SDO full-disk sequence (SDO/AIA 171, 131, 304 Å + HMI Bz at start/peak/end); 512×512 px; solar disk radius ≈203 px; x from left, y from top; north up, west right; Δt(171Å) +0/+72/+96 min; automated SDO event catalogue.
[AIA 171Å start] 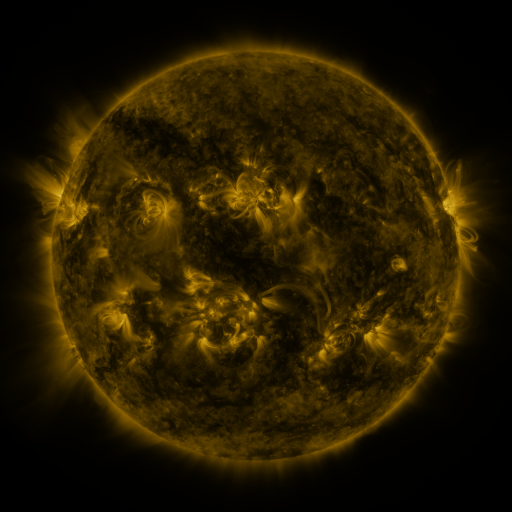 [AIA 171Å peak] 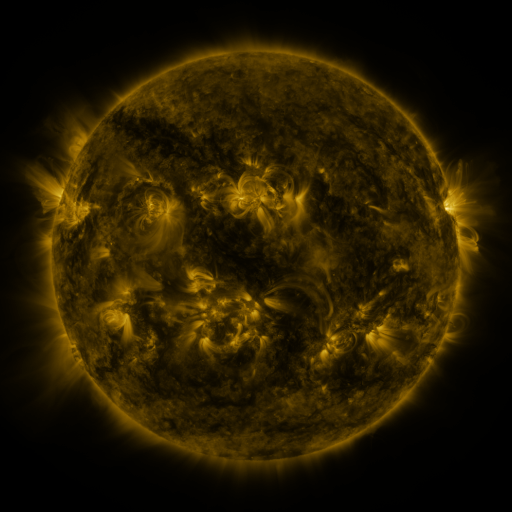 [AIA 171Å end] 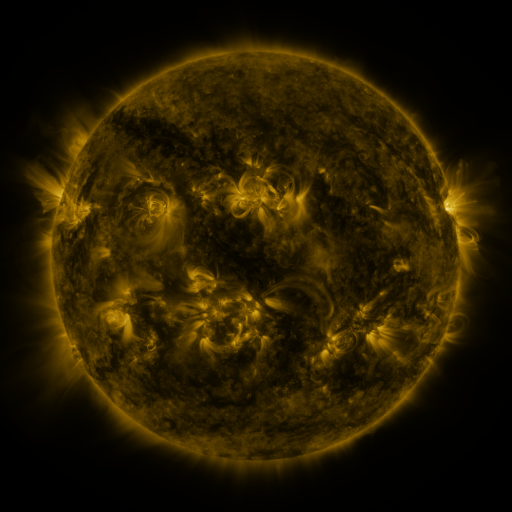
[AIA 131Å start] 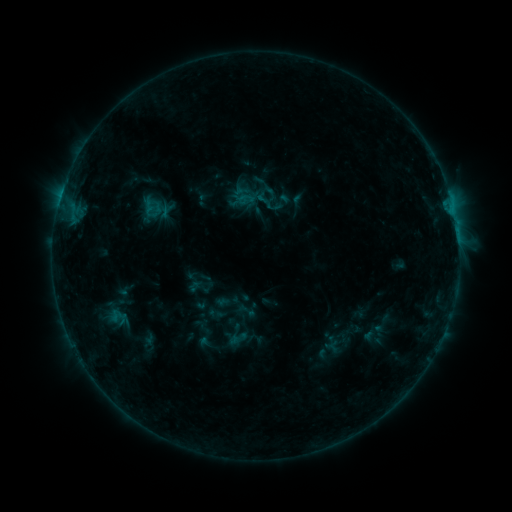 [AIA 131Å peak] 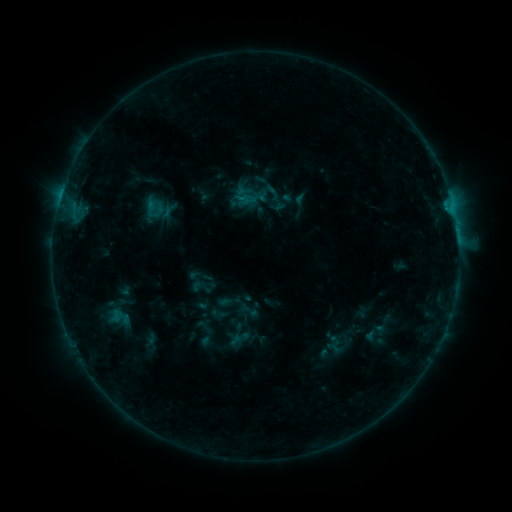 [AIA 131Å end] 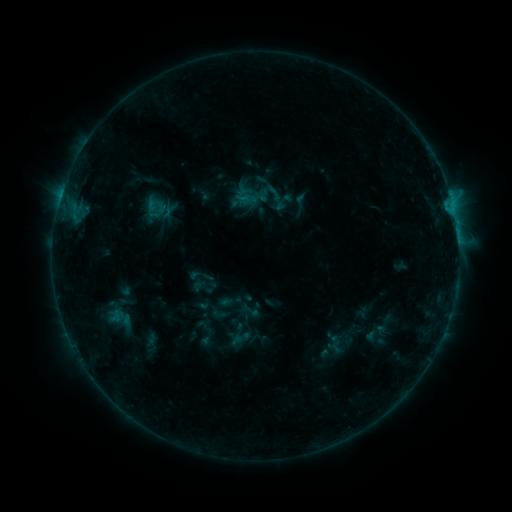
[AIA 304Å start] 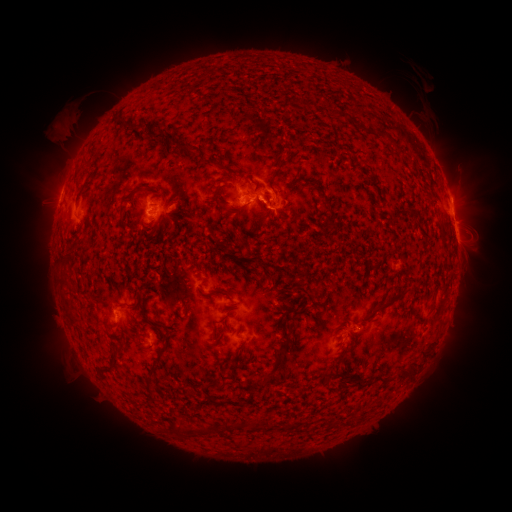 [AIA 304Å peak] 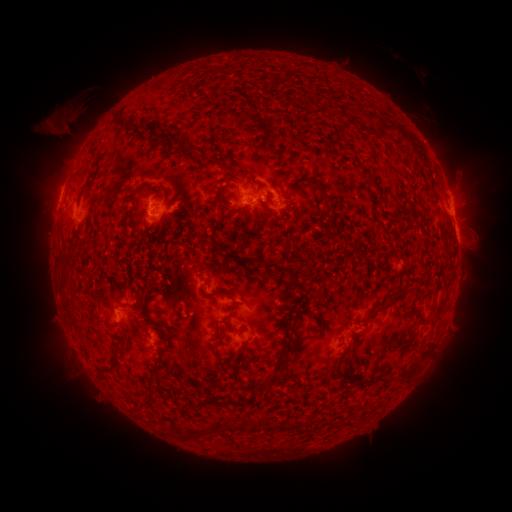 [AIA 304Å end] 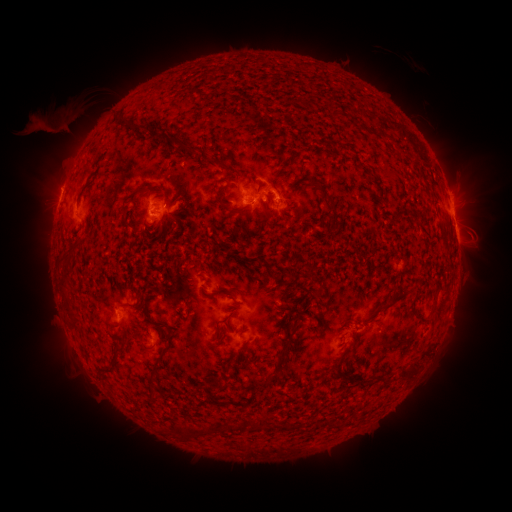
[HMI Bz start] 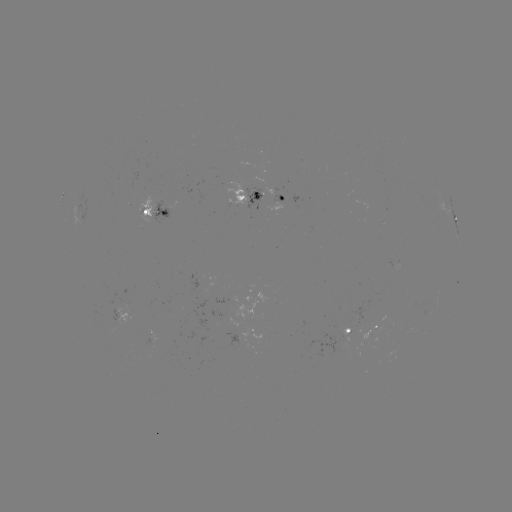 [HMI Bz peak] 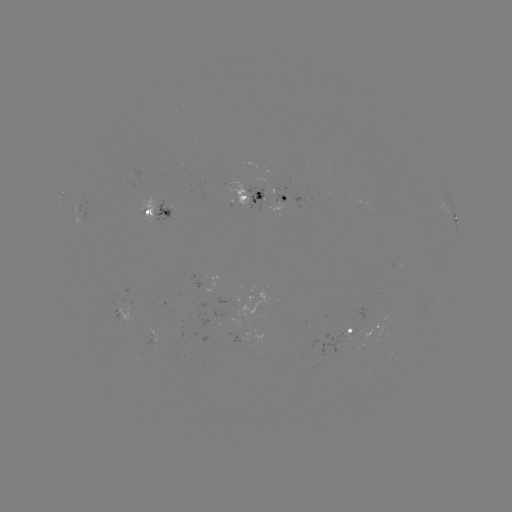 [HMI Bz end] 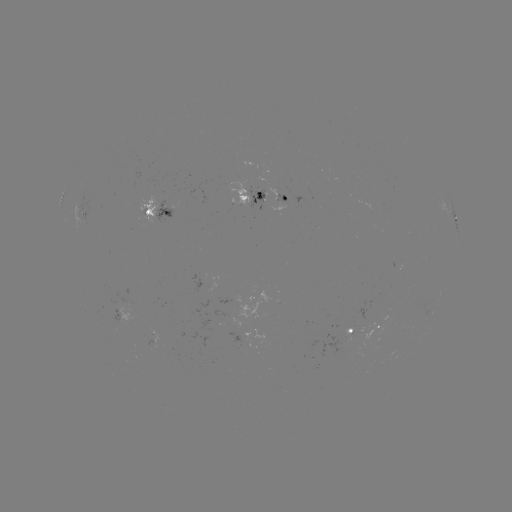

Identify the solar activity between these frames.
emerging-flux region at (339, 342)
